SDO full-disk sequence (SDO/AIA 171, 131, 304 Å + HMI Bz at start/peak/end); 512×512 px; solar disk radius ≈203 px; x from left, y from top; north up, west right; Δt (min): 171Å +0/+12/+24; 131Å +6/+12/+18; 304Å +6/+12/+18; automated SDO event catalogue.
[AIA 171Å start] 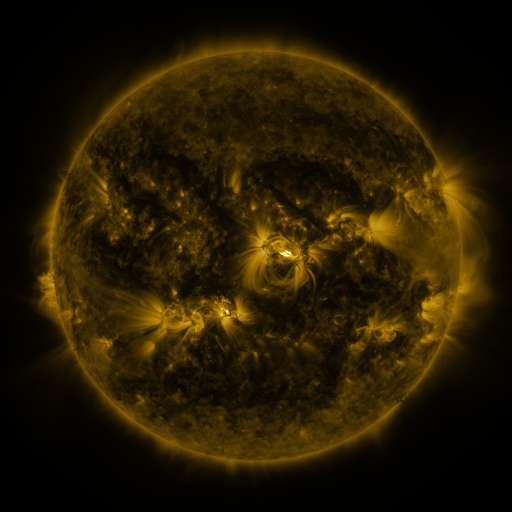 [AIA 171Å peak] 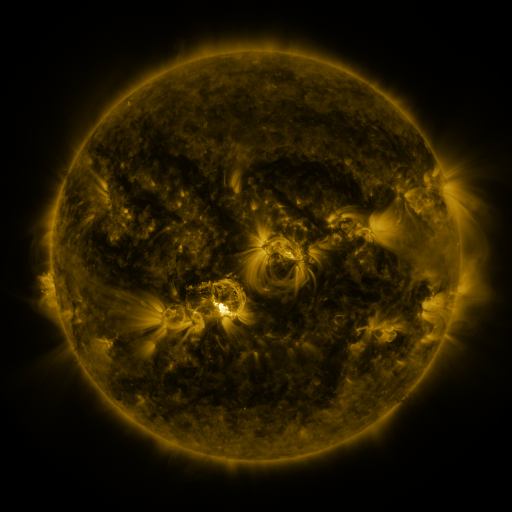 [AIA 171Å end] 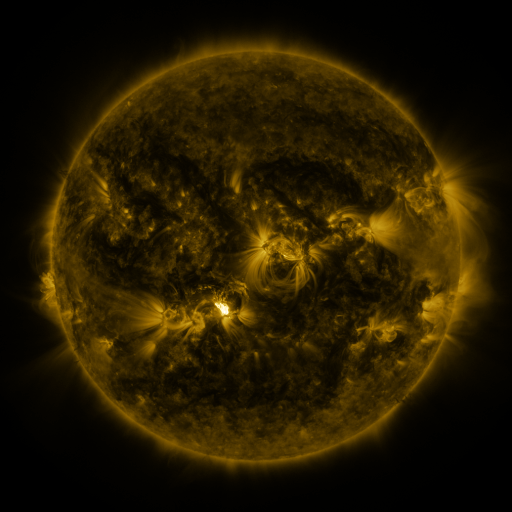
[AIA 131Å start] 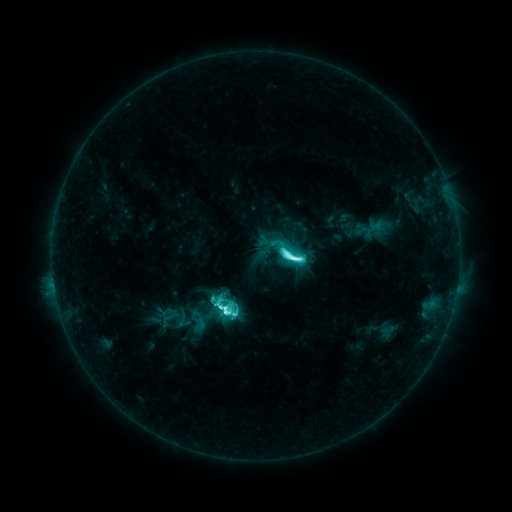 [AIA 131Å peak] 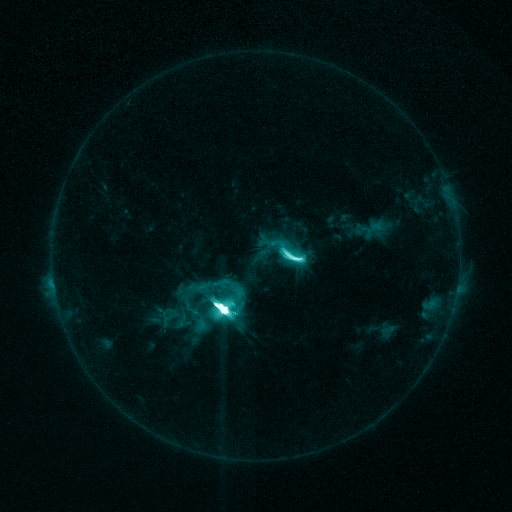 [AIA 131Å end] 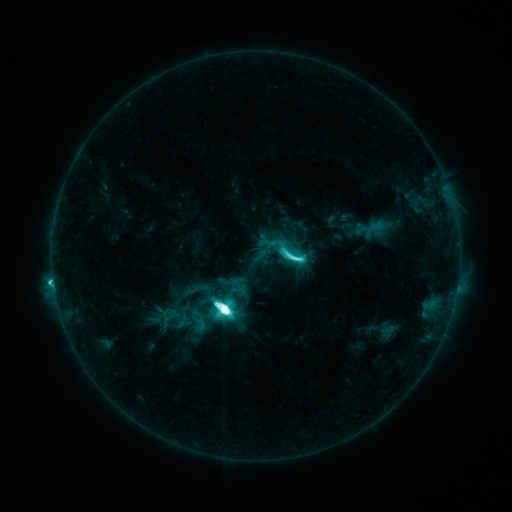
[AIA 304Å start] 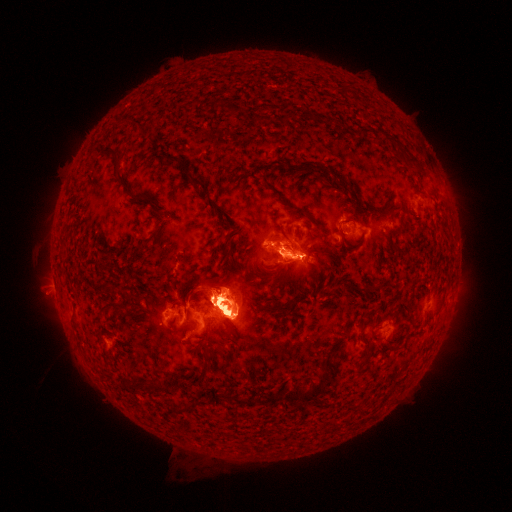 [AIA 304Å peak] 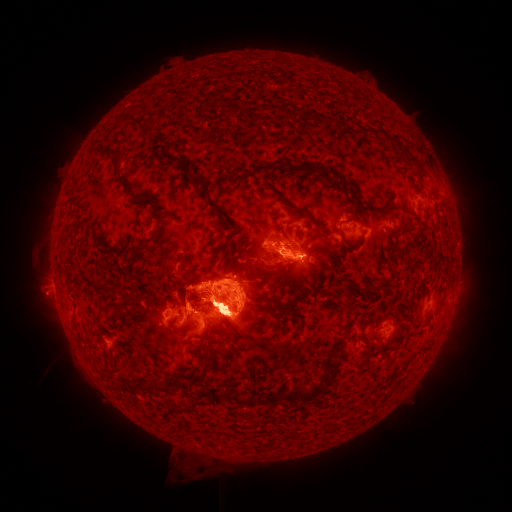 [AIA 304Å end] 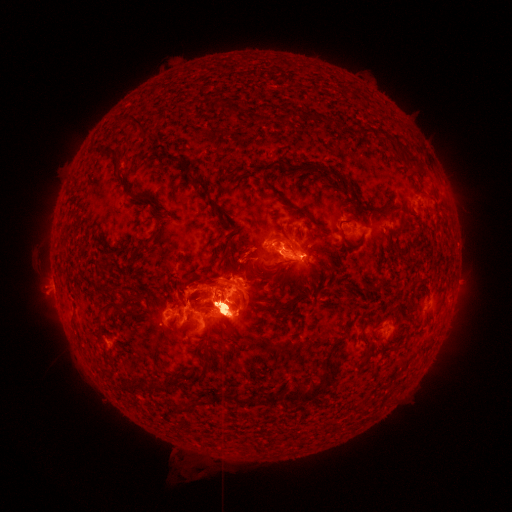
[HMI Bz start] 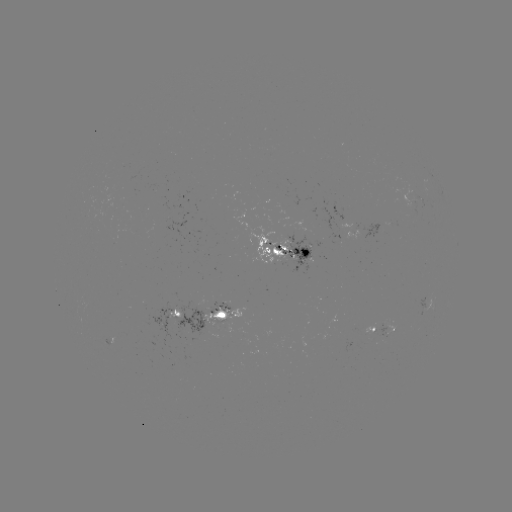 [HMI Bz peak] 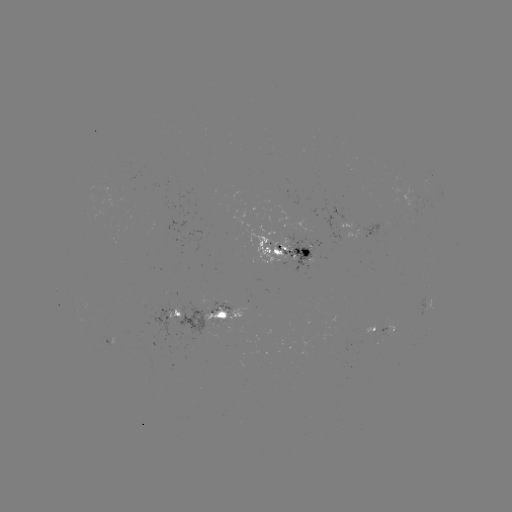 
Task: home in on eruption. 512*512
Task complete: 59,318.